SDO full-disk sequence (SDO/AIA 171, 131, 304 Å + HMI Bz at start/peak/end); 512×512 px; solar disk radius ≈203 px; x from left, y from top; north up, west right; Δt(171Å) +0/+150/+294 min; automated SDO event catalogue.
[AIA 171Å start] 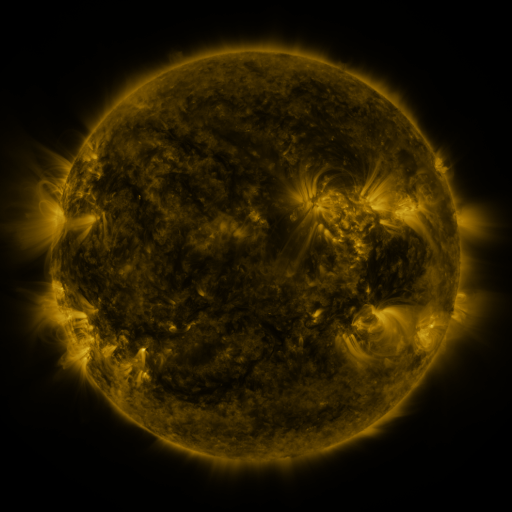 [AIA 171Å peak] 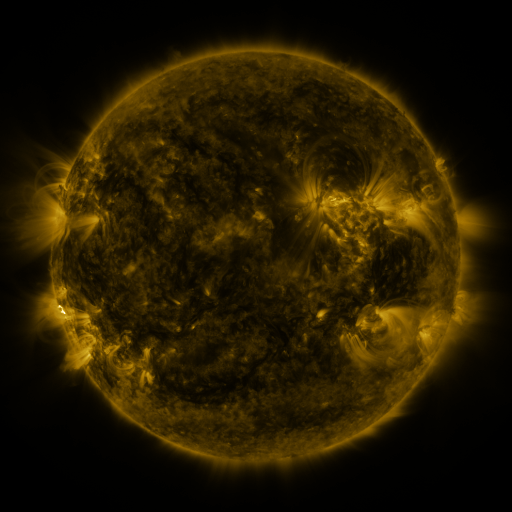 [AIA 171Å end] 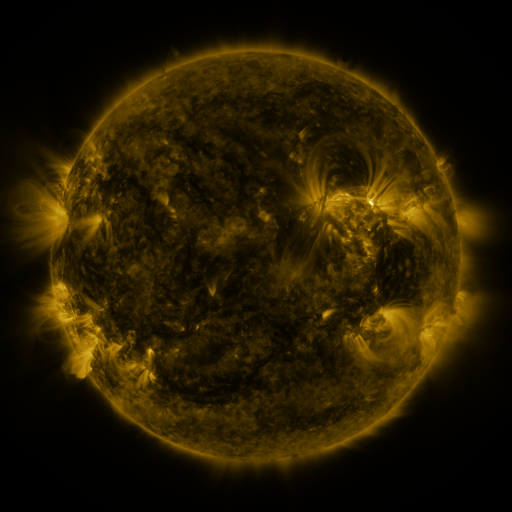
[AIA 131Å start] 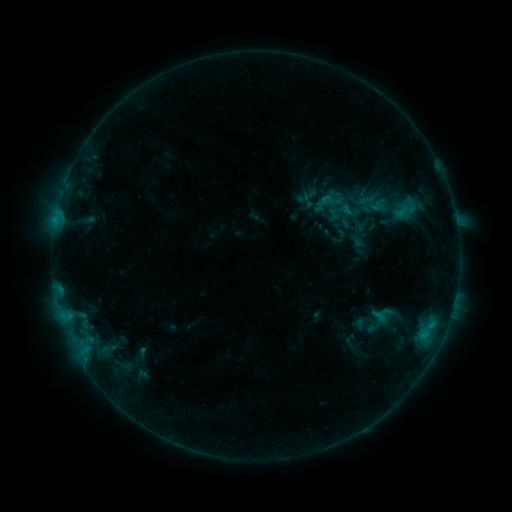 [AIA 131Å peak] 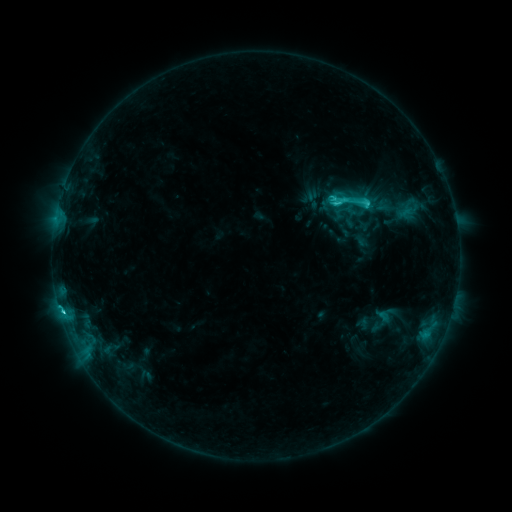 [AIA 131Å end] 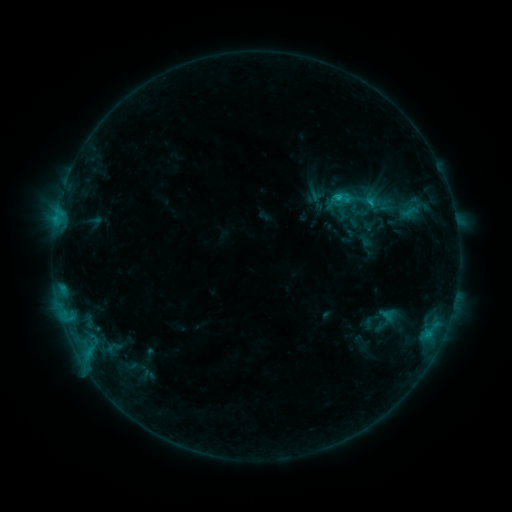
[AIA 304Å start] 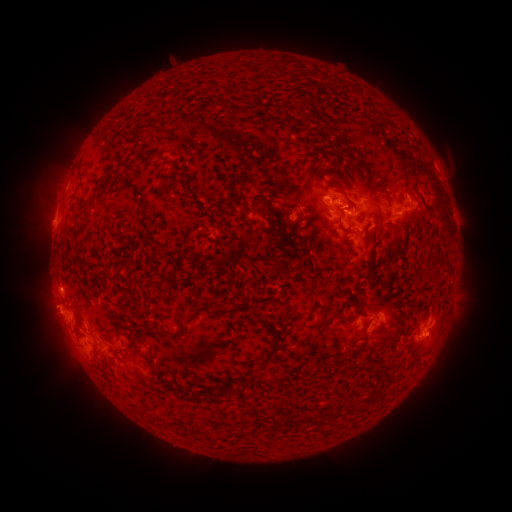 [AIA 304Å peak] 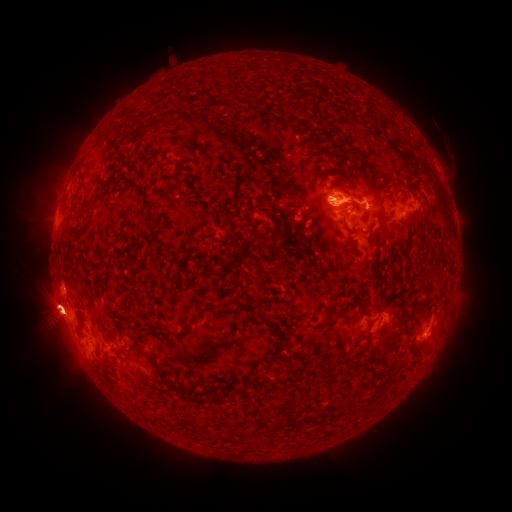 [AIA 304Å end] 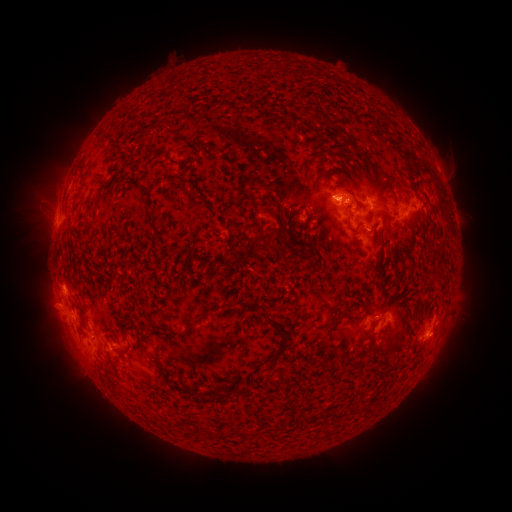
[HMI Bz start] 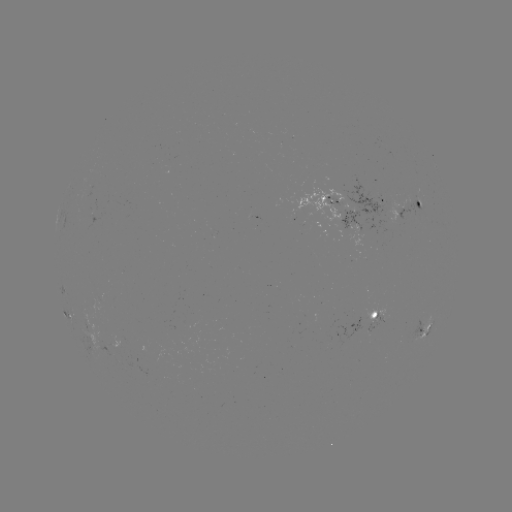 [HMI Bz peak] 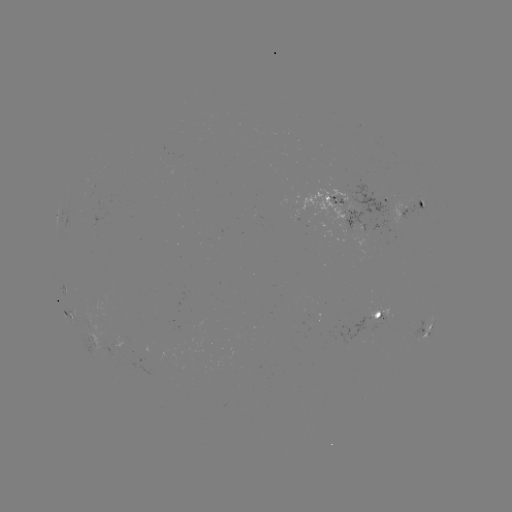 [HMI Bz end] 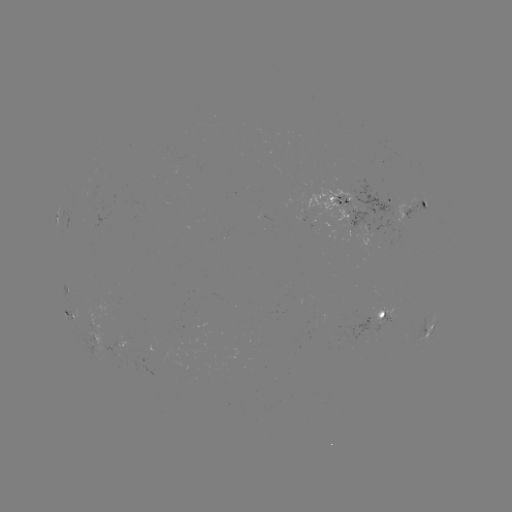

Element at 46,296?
filament eruption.